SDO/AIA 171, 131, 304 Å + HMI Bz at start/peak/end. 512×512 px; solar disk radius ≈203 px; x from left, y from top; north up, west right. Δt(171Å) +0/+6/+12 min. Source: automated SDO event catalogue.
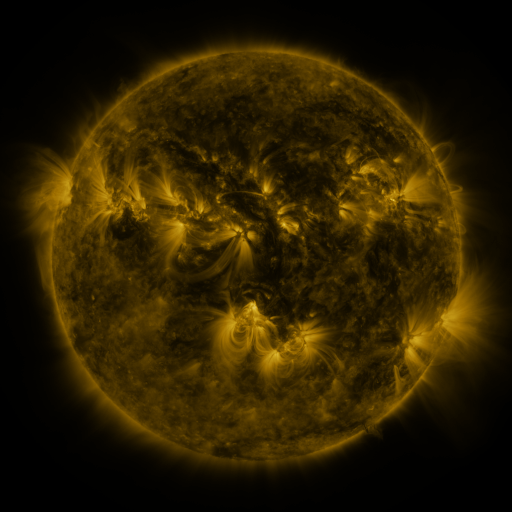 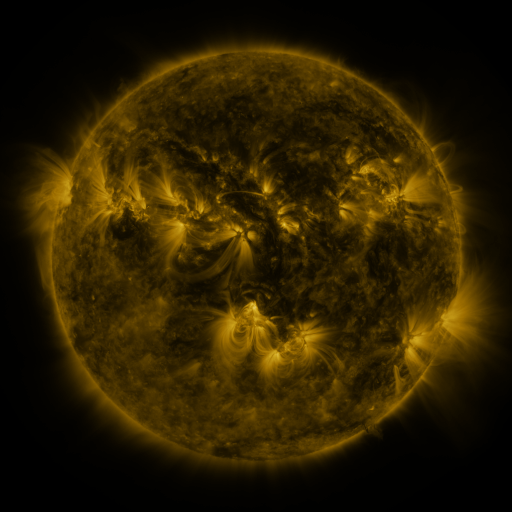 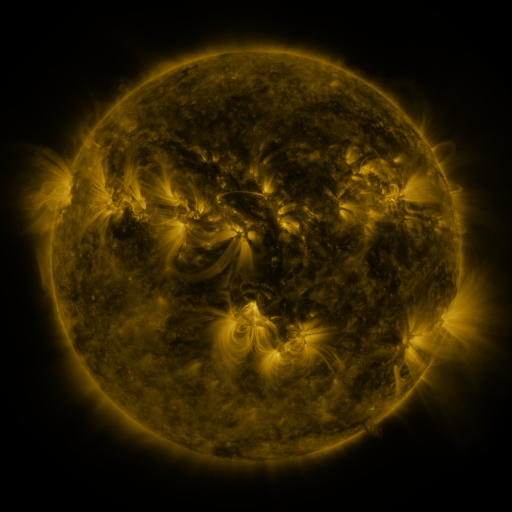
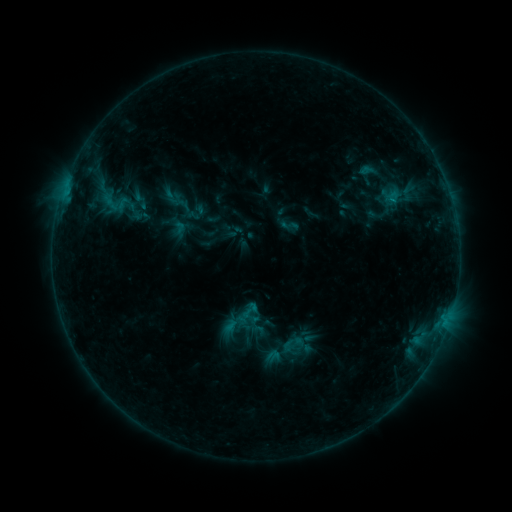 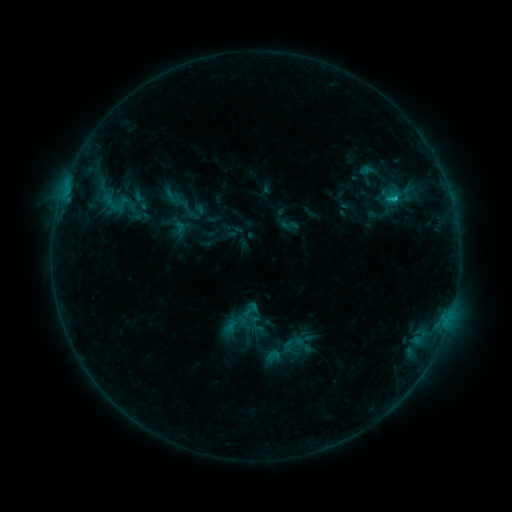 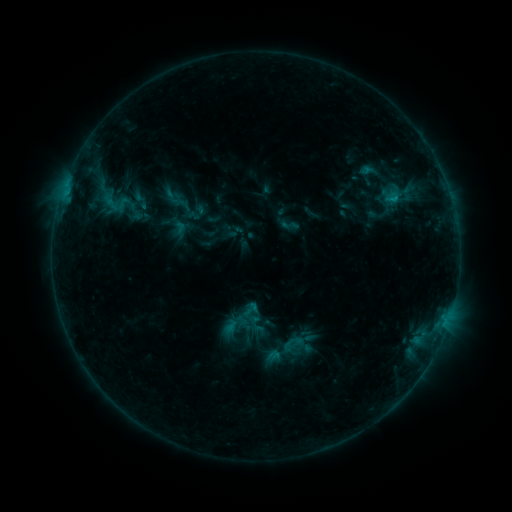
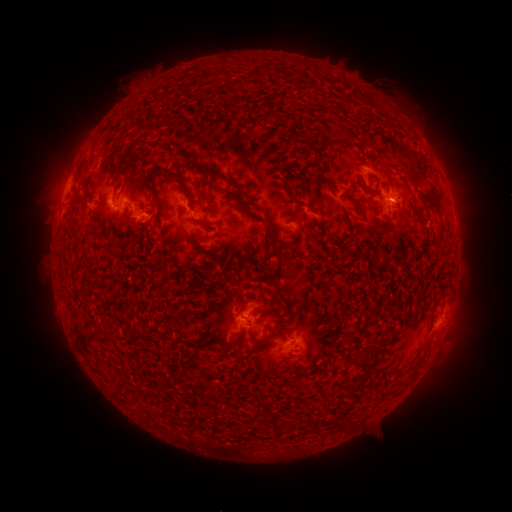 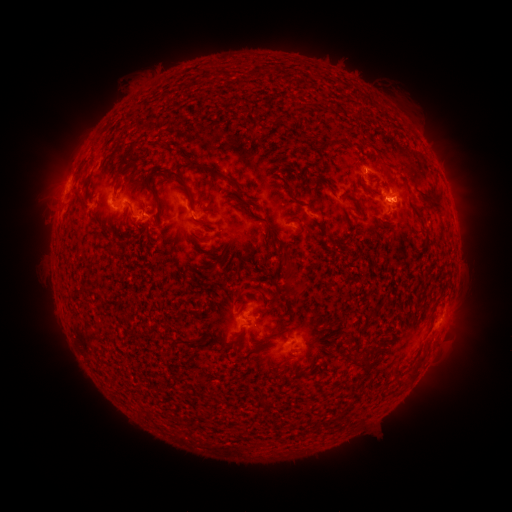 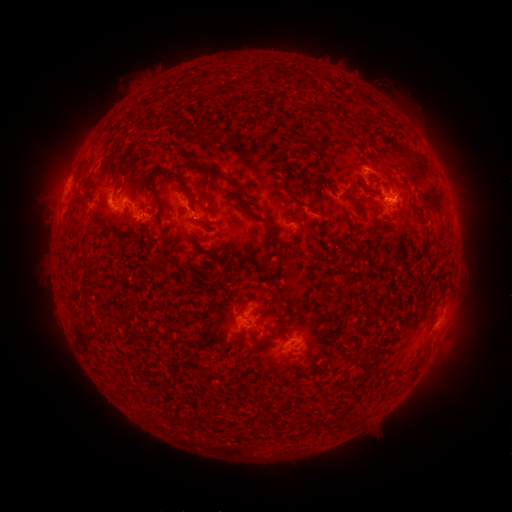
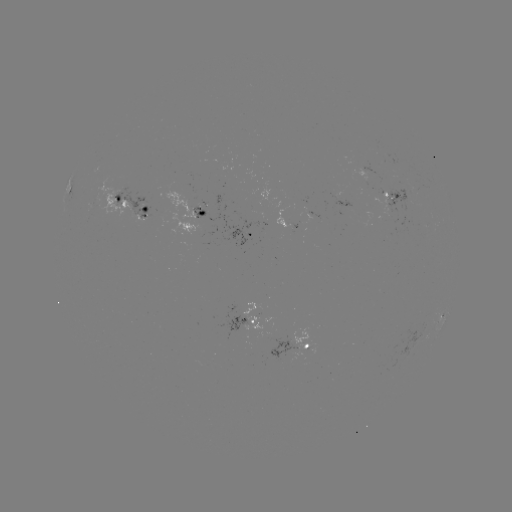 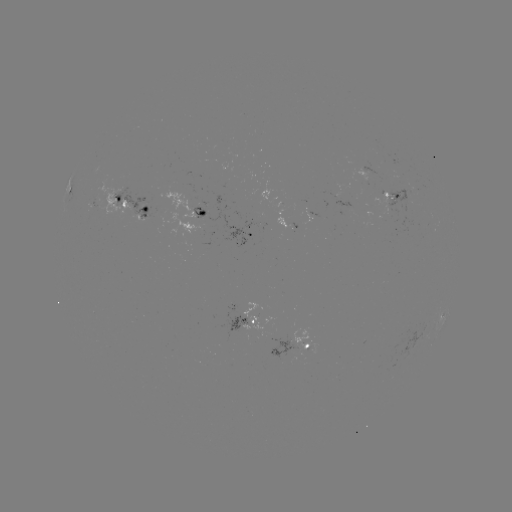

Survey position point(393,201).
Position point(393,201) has C1.0 flare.